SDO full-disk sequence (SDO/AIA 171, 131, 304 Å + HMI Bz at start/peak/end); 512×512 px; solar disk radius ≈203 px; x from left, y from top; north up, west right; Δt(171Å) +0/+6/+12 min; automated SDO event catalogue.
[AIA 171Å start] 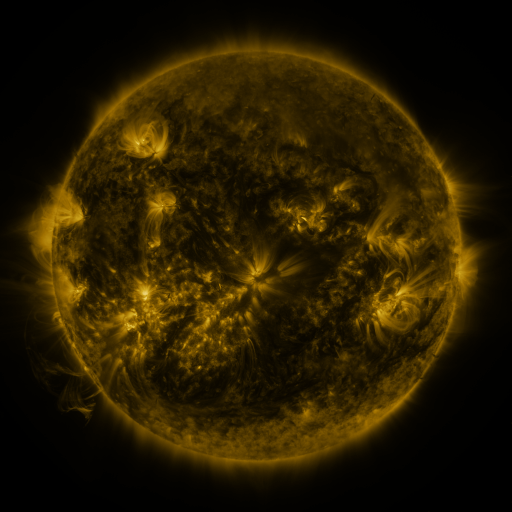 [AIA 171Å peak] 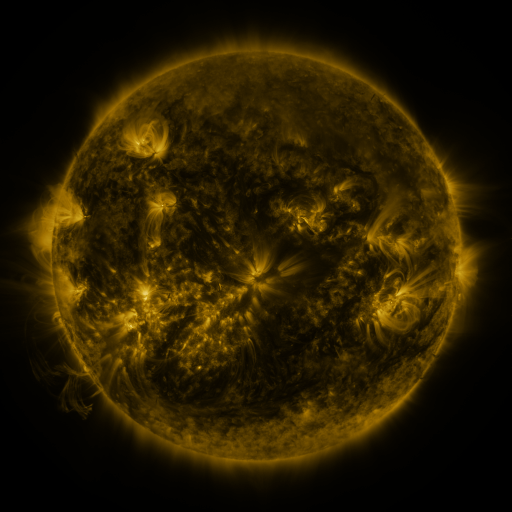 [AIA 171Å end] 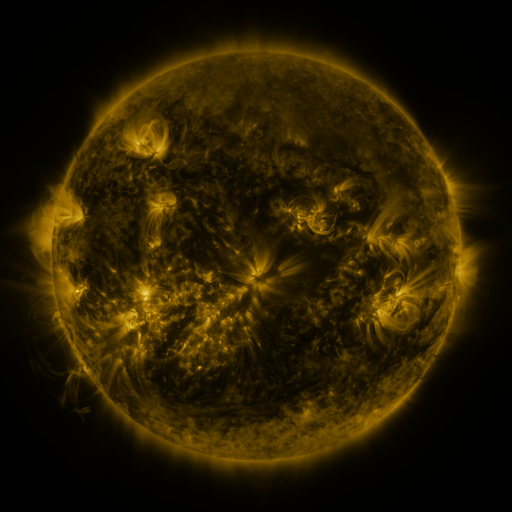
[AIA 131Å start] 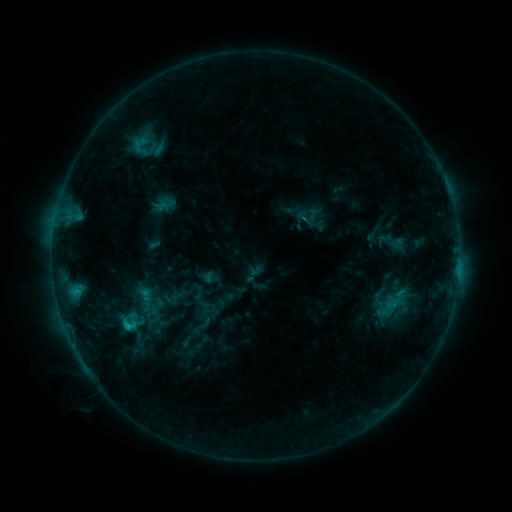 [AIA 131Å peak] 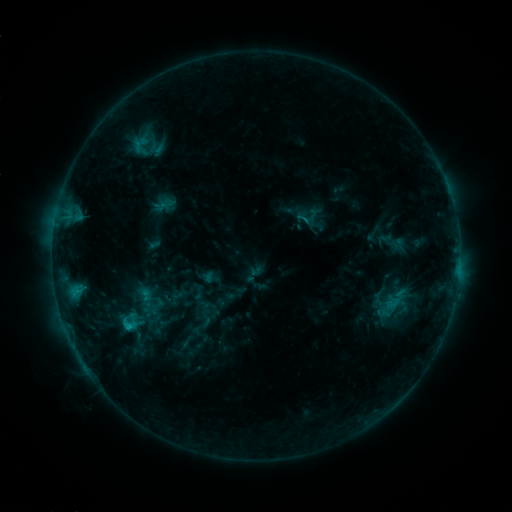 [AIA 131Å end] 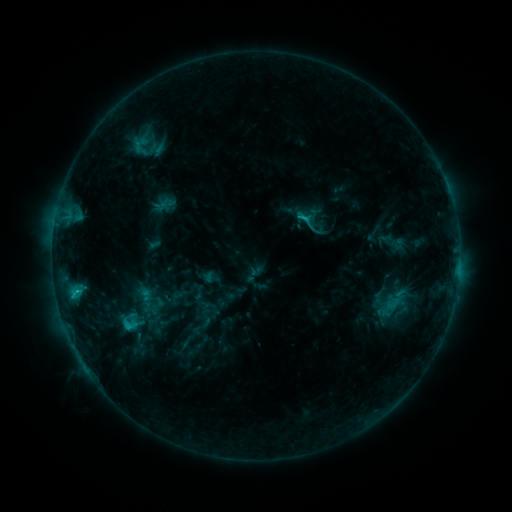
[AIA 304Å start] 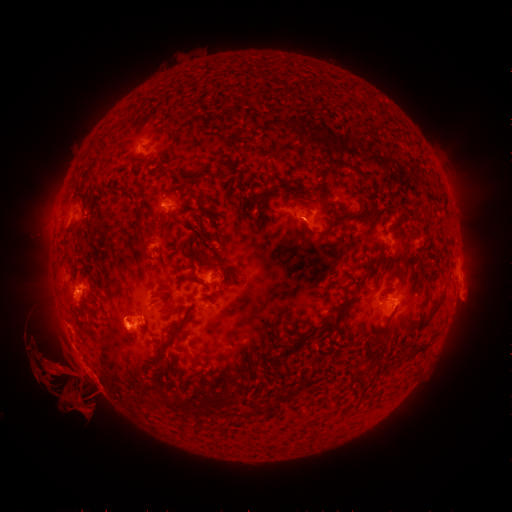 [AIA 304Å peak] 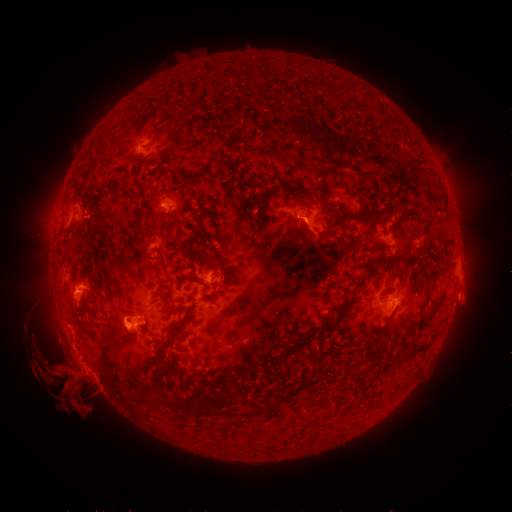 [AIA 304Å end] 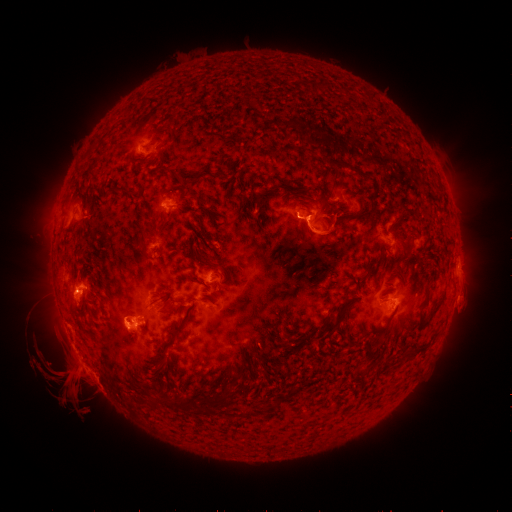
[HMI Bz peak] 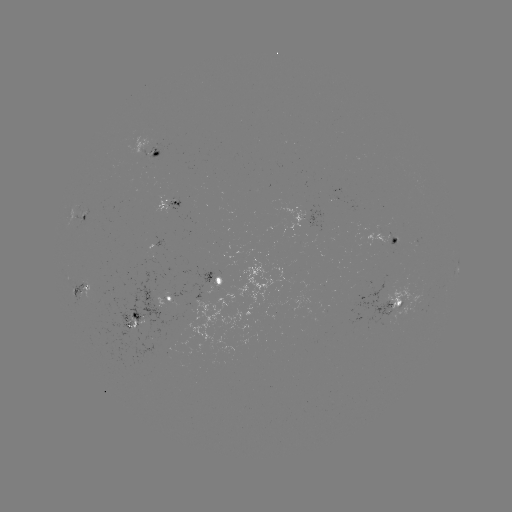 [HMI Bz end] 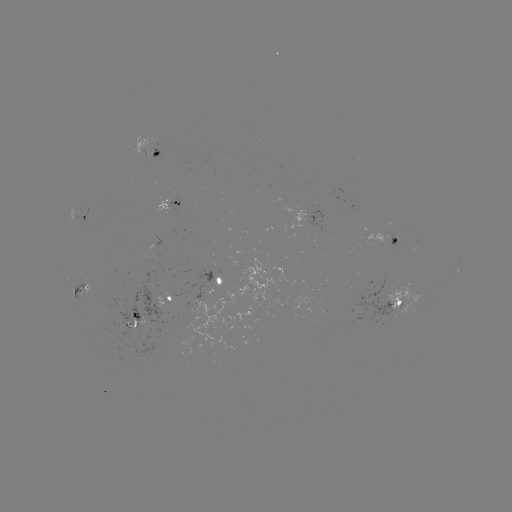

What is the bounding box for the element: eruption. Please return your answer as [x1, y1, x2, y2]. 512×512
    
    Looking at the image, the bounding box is [289, 211, 350, 260].